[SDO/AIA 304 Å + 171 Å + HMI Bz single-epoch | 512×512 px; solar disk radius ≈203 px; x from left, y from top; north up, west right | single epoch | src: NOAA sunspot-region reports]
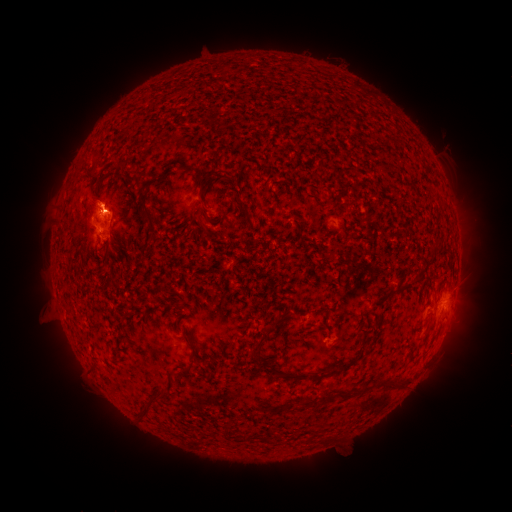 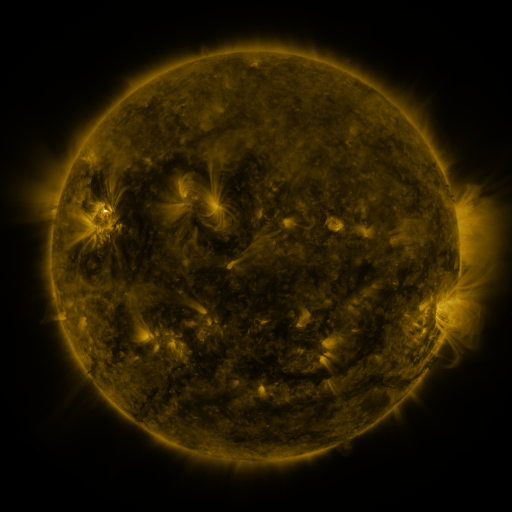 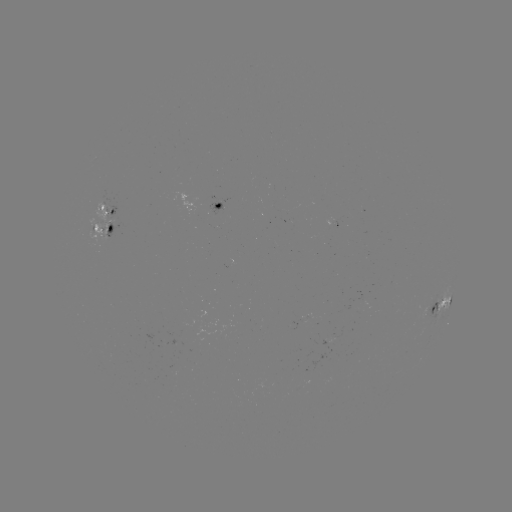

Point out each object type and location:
spotted active region: (269, 192)
spotted active region: (103, 205)
spotted active region: (221, 206)
spotted active region: (106, 226)
spotted active region: (441, 302)
